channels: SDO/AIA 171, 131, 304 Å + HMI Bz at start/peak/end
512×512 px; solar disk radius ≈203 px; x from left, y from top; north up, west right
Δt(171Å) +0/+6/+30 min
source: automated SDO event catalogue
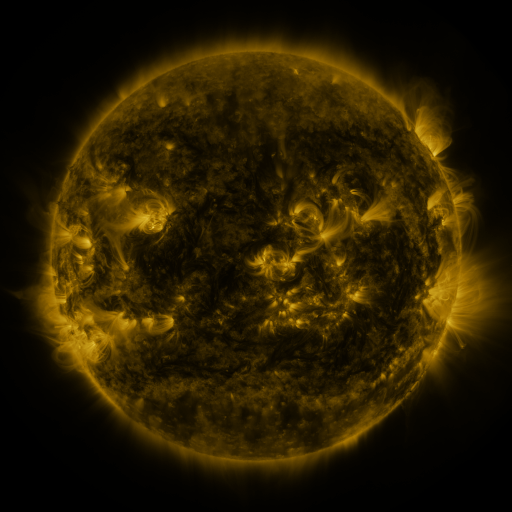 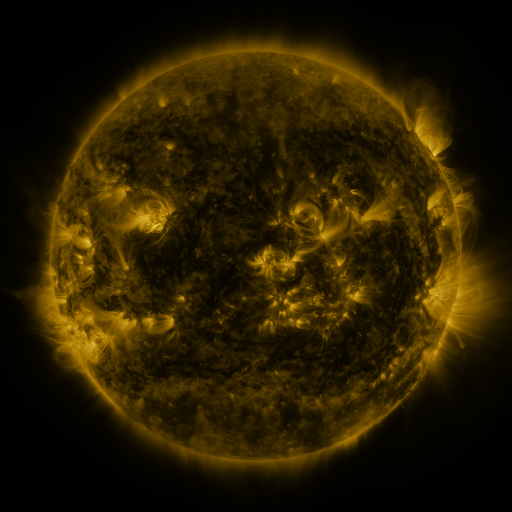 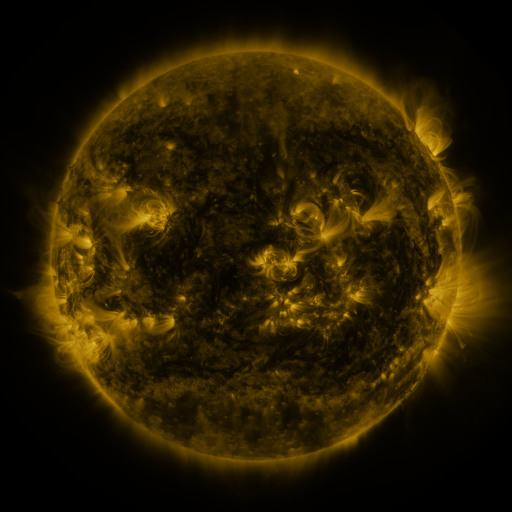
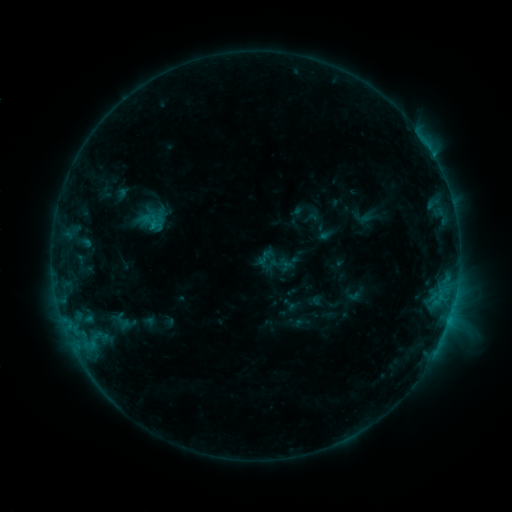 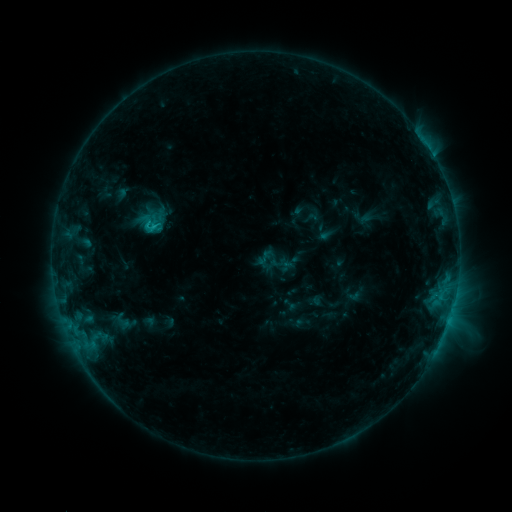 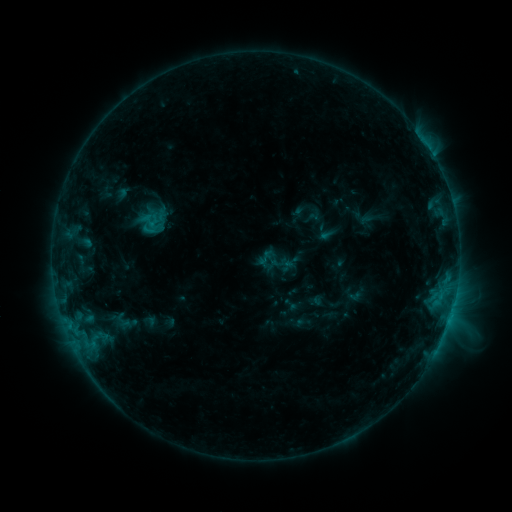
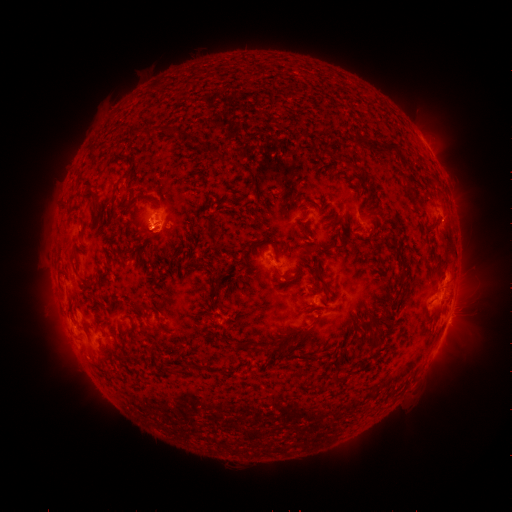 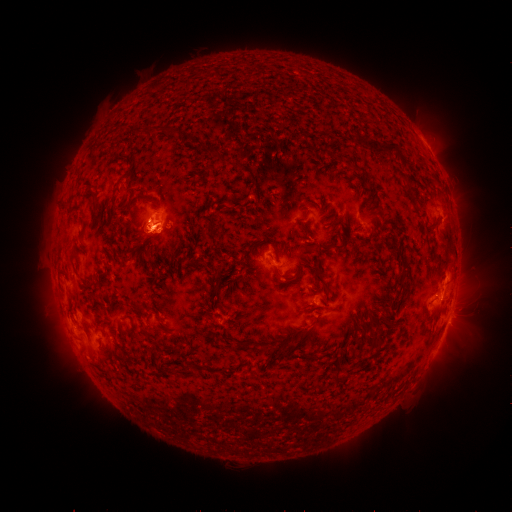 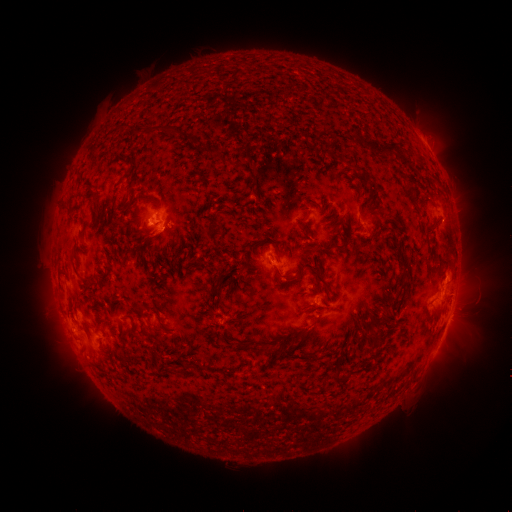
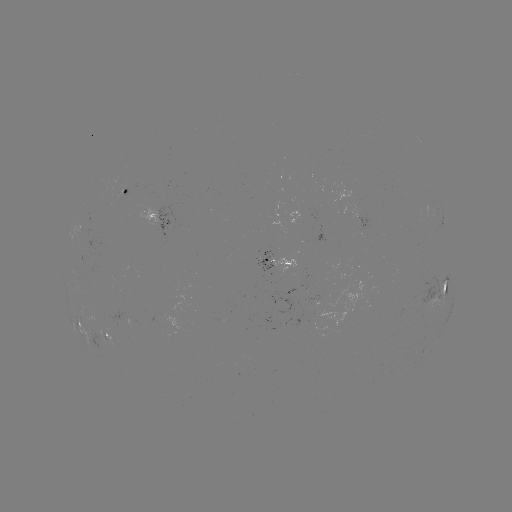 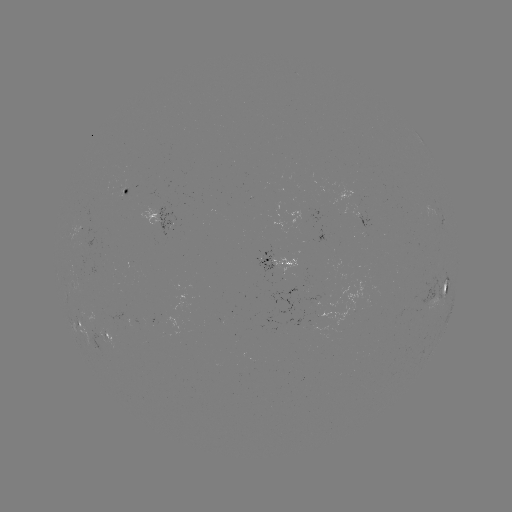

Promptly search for C2.0 flare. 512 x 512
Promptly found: [157, 228].